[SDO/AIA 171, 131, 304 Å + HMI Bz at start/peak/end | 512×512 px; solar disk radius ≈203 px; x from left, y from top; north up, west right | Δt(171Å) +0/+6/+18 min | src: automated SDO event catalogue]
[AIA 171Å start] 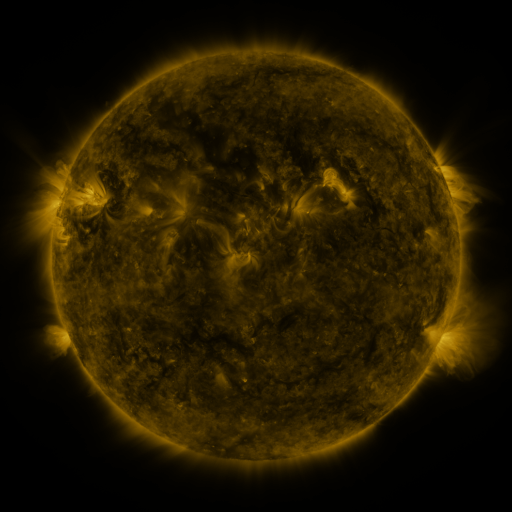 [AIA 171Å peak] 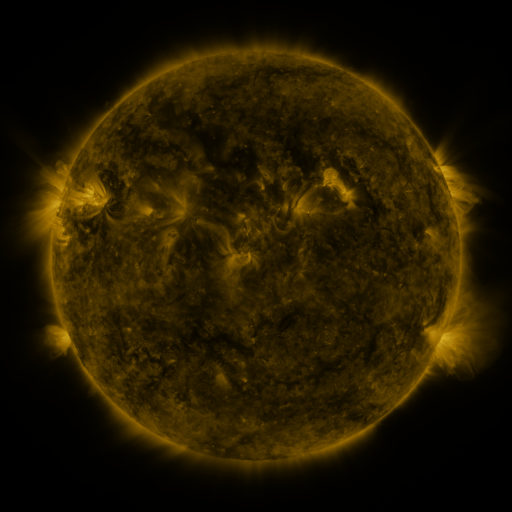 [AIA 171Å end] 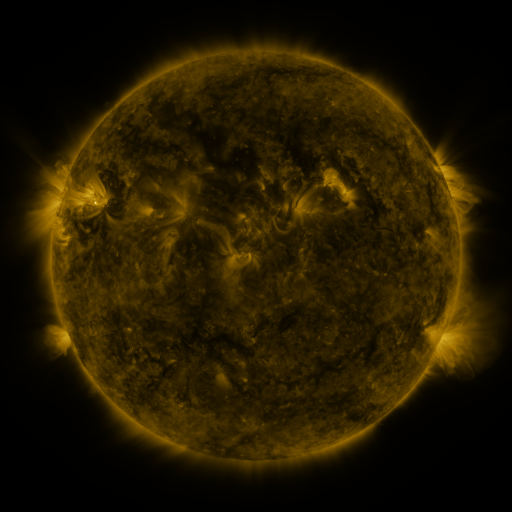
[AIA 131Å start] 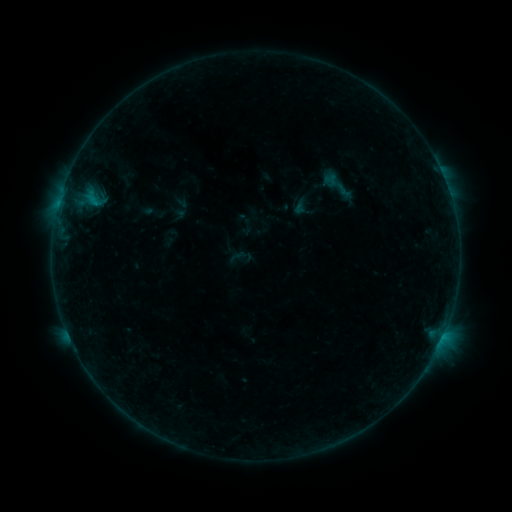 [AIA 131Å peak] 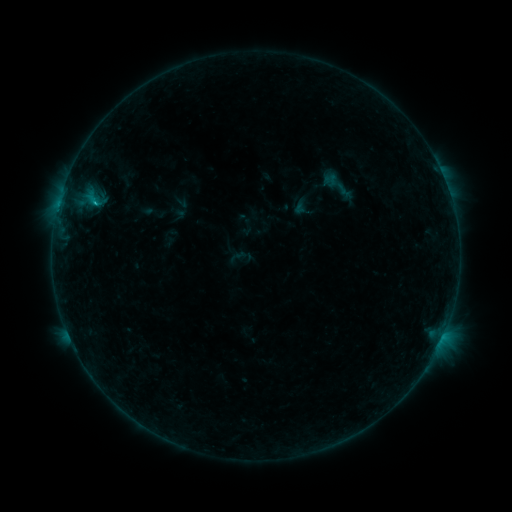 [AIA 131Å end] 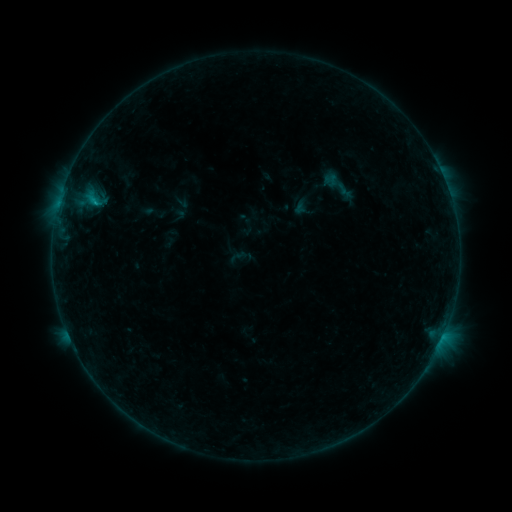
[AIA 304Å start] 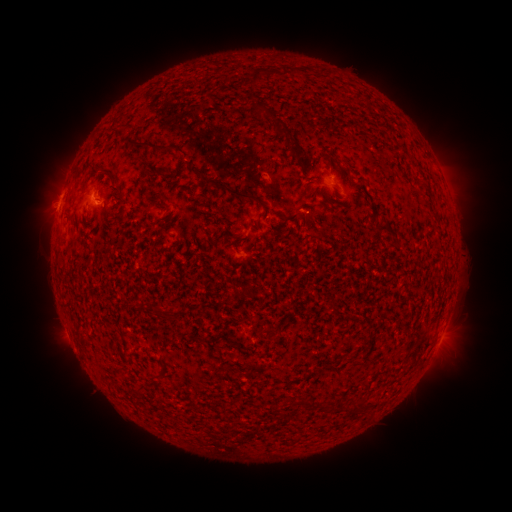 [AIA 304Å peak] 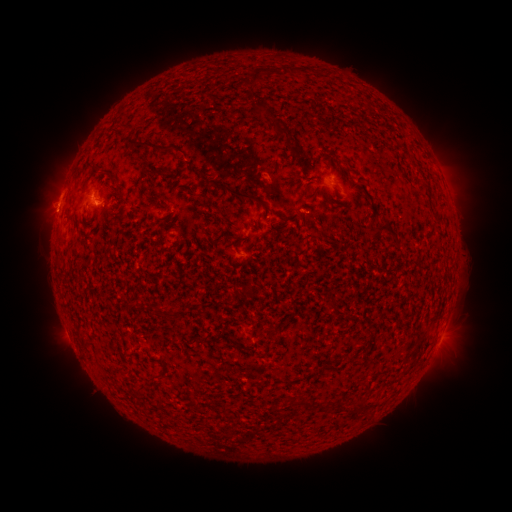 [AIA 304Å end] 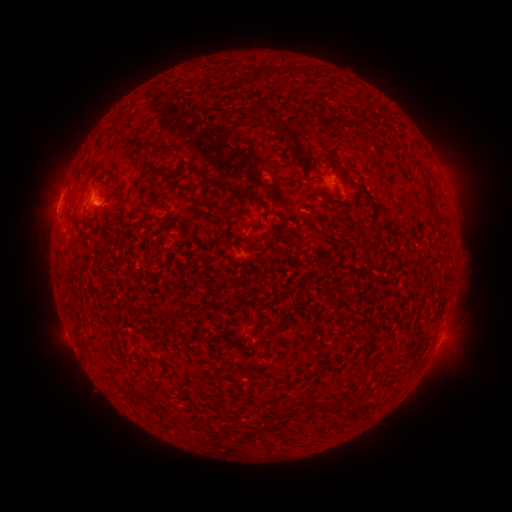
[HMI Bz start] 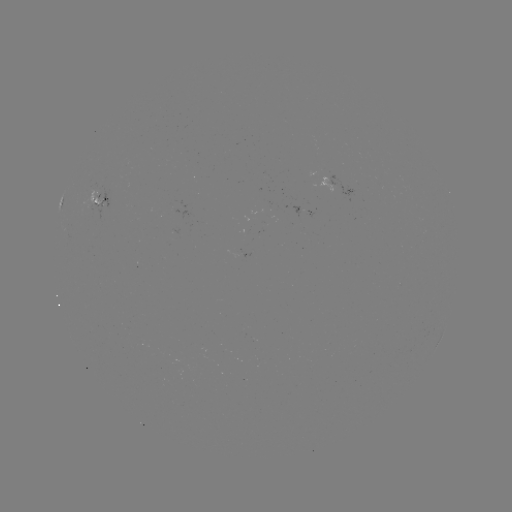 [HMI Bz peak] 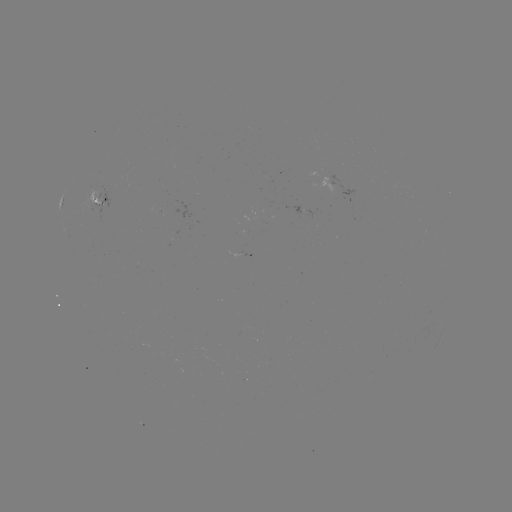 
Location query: B6.5 flare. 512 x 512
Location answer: [94, 206].